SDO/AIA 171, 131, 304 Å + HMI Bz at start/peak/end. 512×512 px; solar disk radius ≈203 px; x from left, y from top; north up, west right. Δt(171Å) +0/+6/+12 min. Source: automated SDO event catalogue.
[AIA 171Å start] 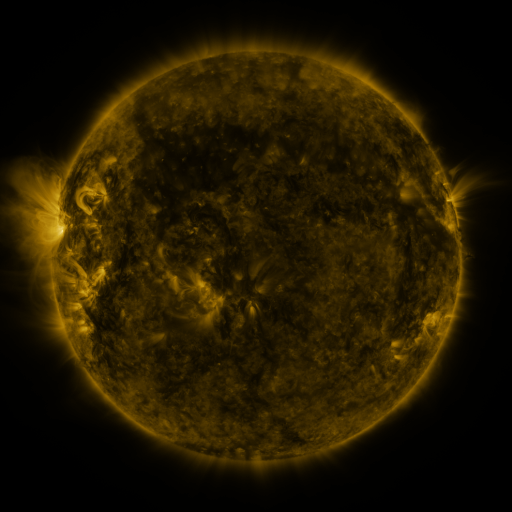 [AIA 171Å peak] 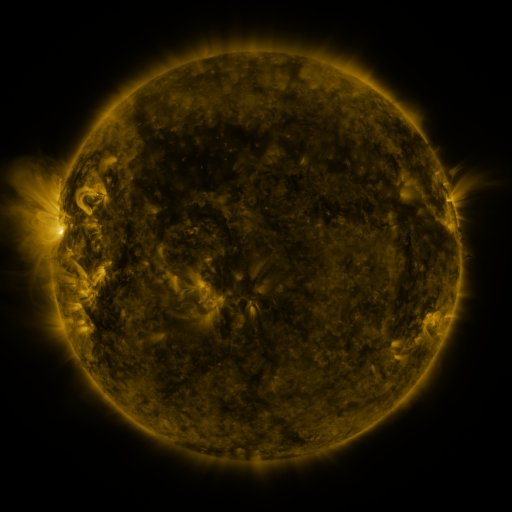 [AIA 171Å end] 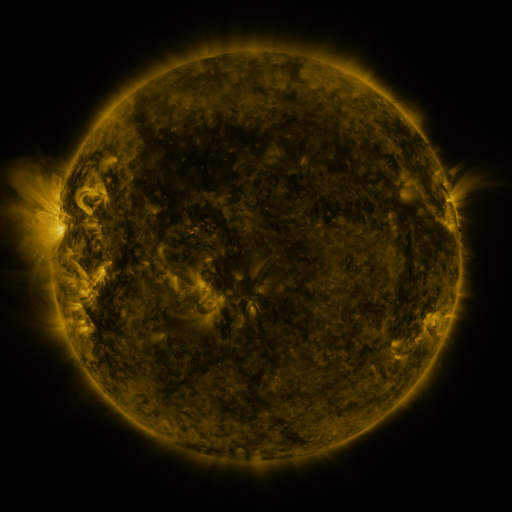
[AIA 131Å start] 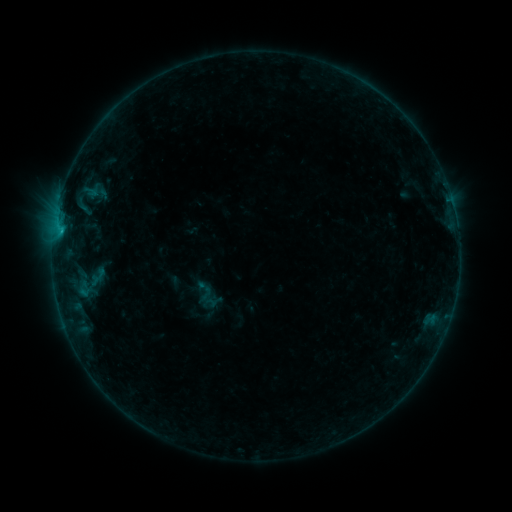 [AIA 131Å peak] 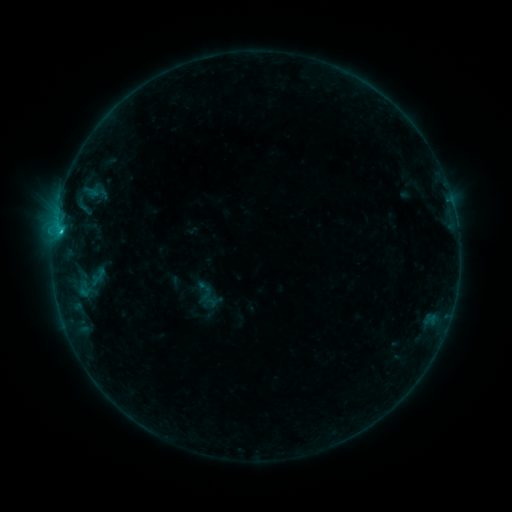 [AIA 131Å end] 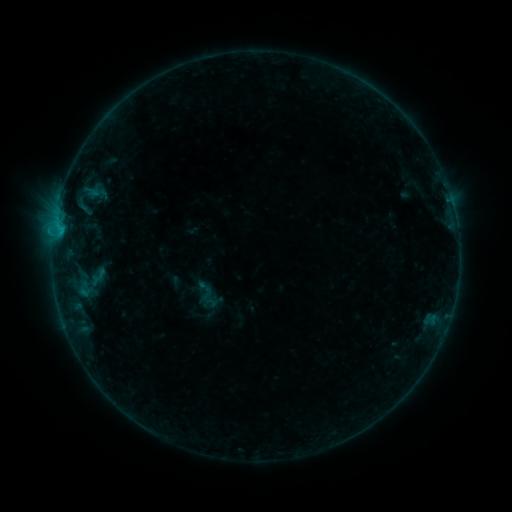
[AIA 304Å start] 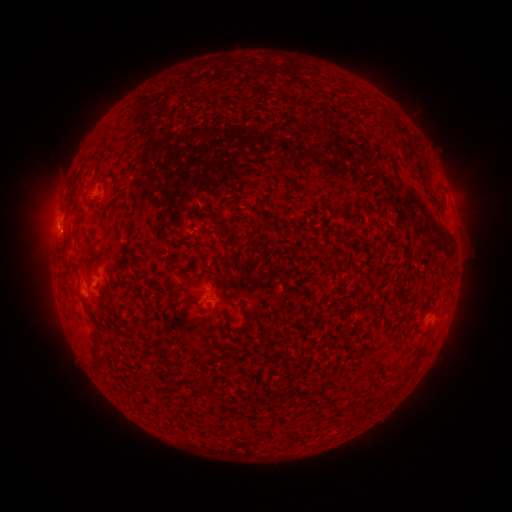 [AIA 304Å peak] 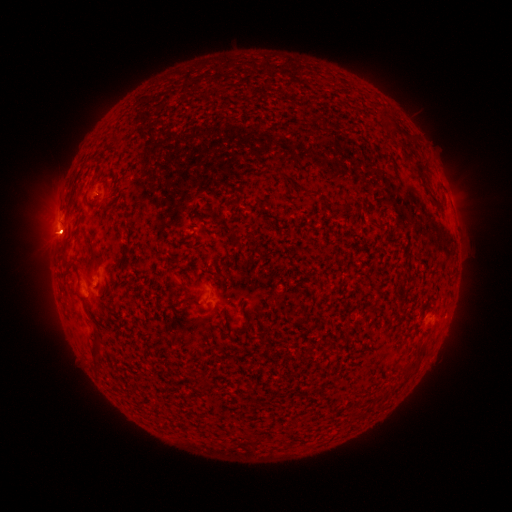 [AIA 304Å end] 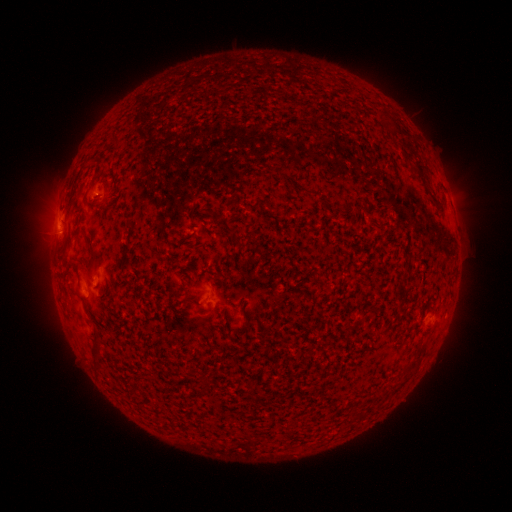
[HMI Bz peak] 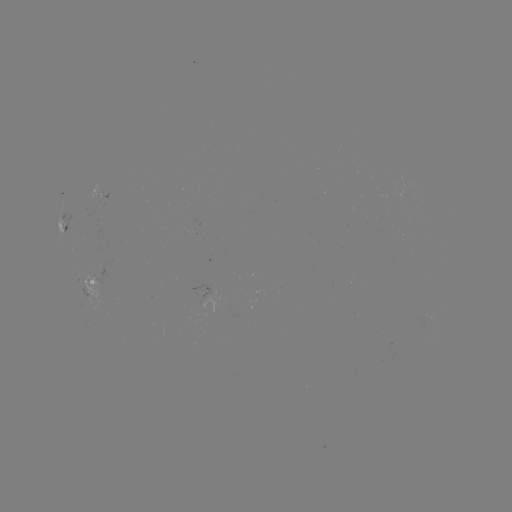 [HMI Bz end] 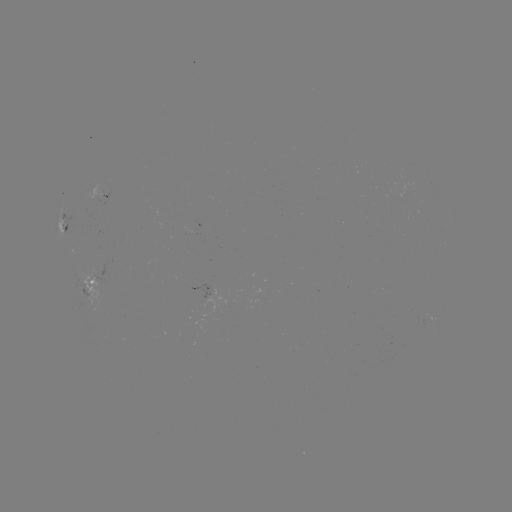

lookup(B9.8 flare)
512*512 60,234